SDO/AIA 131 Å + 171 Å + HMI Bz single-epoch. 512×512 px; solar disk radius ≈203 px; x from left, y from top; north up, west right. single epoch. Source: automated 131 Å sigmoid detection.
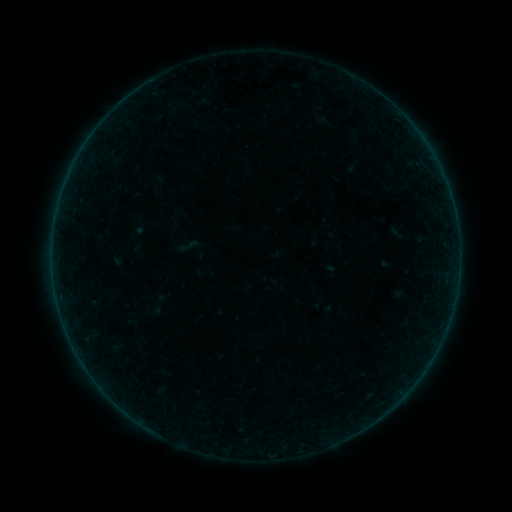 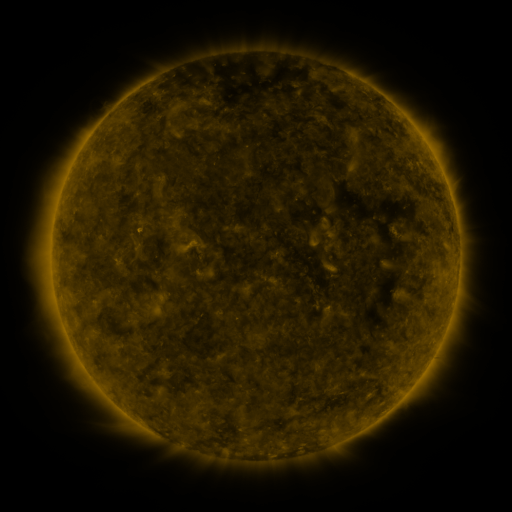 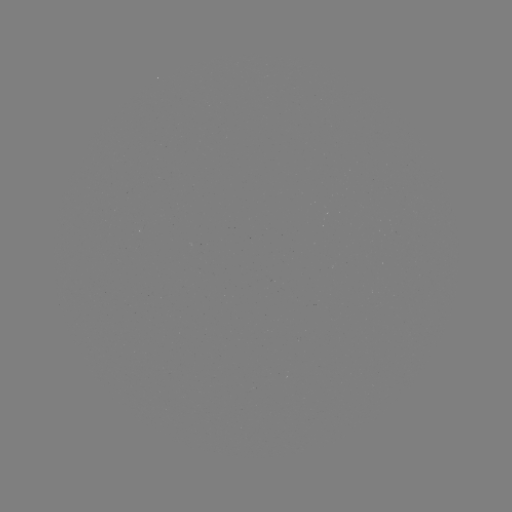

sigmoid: [176, 233, 200, 259]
